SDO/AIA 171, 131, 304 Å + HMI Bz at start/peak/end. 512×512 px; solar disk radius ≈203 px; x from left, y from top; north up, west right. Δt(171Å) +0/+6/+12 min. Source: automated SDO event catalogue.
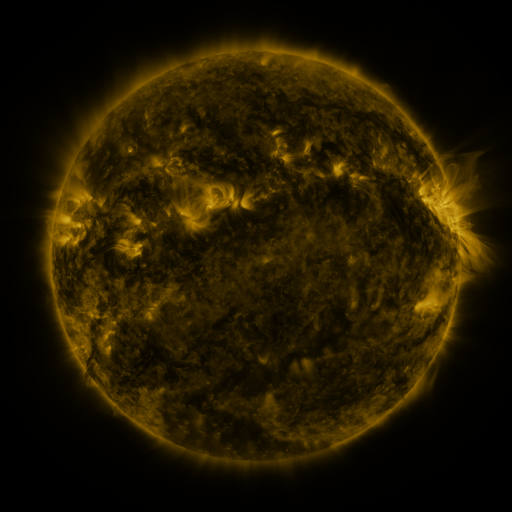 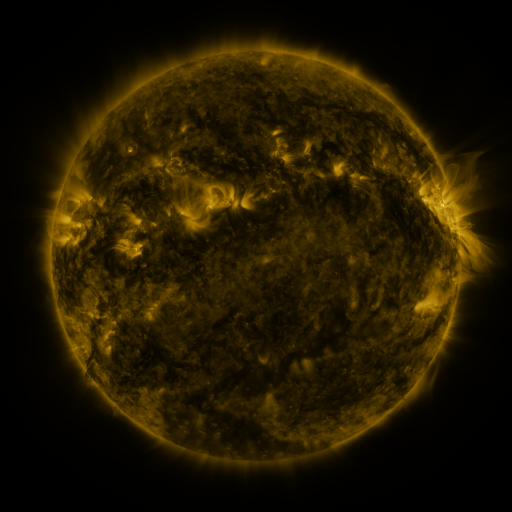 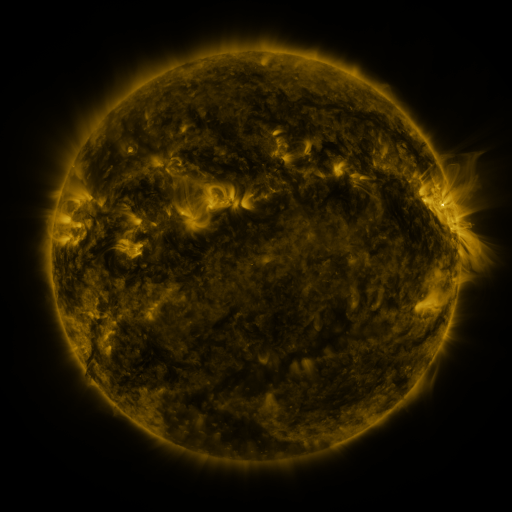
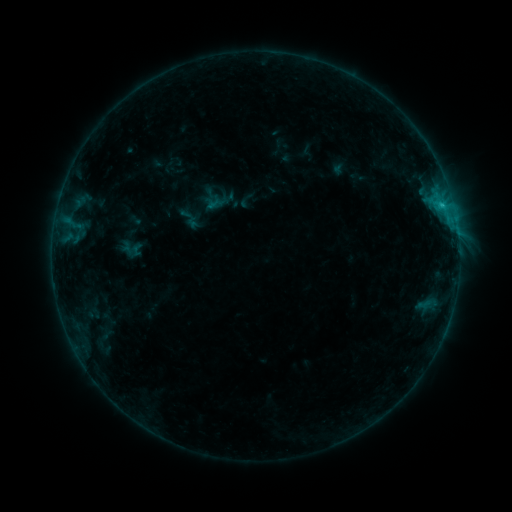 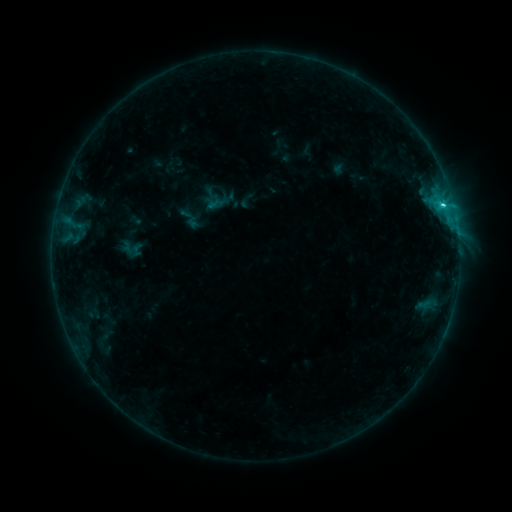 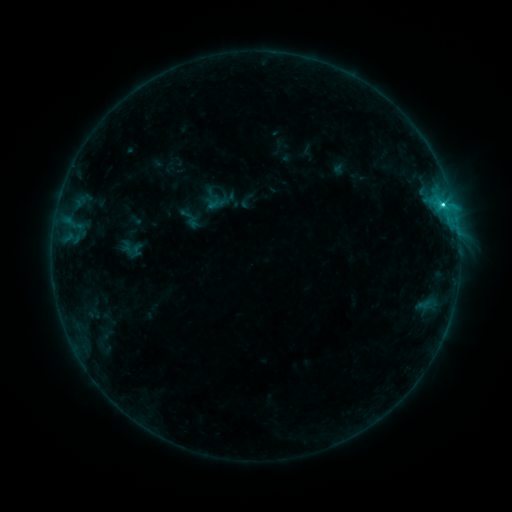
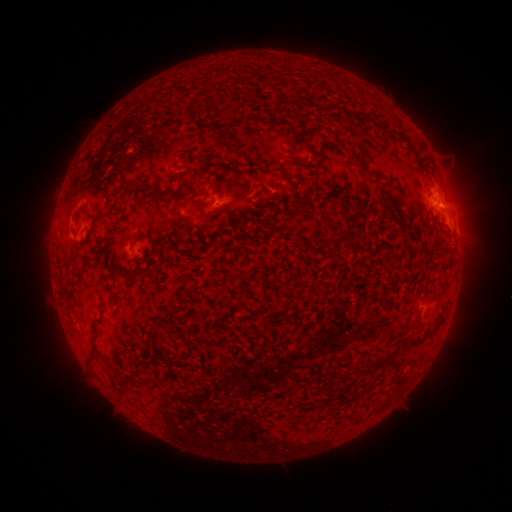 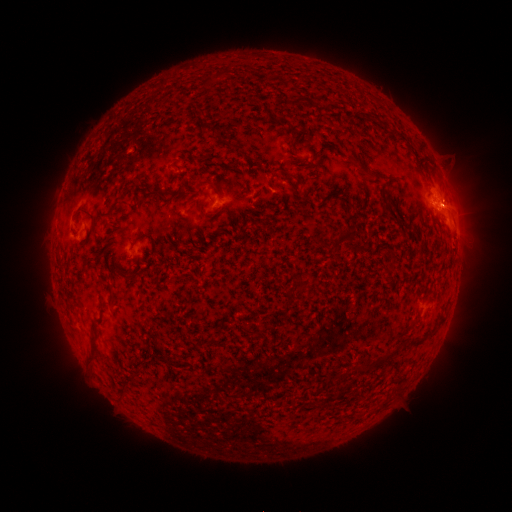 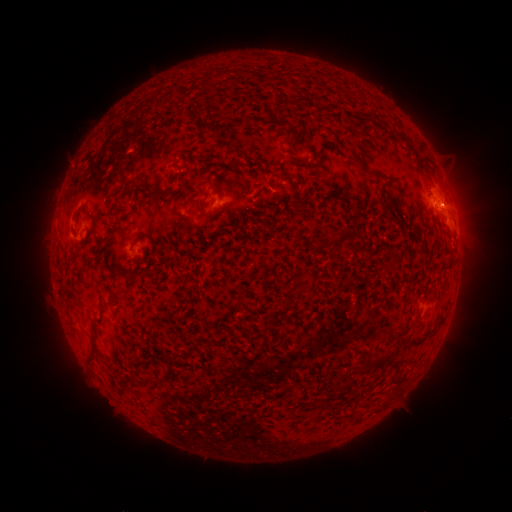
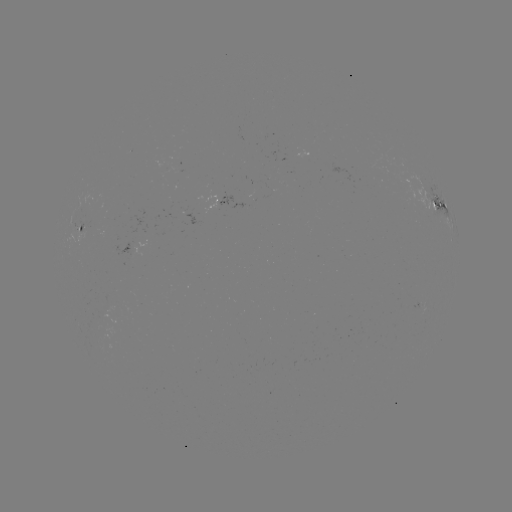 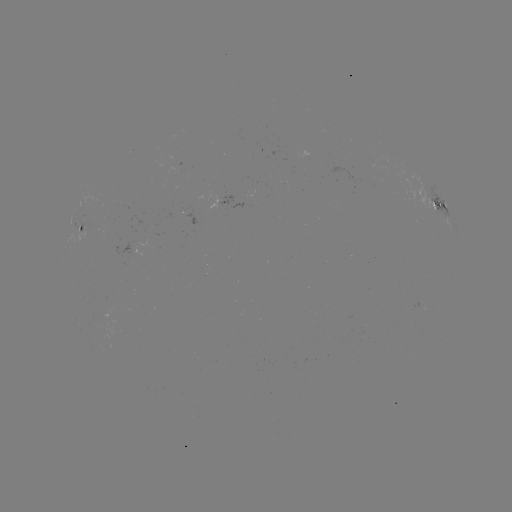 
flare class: C2.4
